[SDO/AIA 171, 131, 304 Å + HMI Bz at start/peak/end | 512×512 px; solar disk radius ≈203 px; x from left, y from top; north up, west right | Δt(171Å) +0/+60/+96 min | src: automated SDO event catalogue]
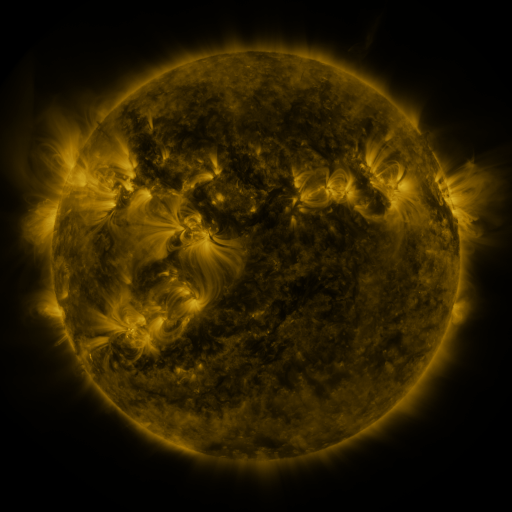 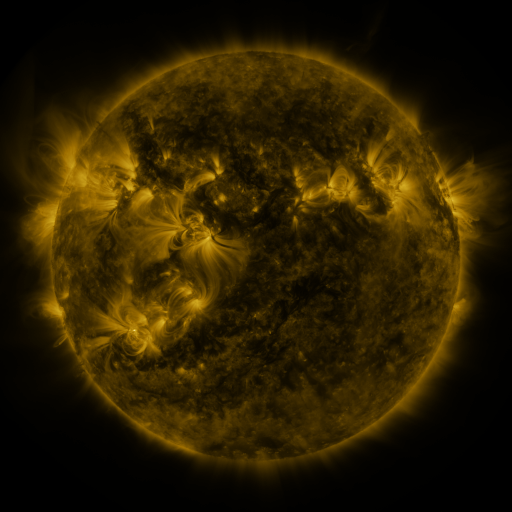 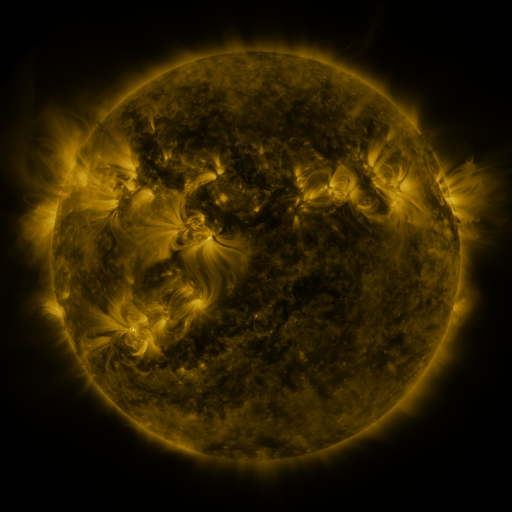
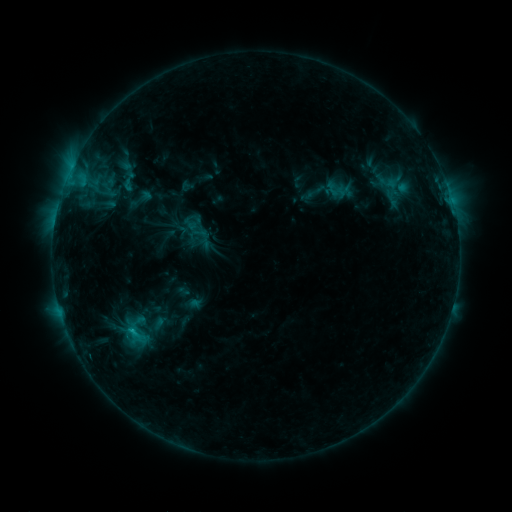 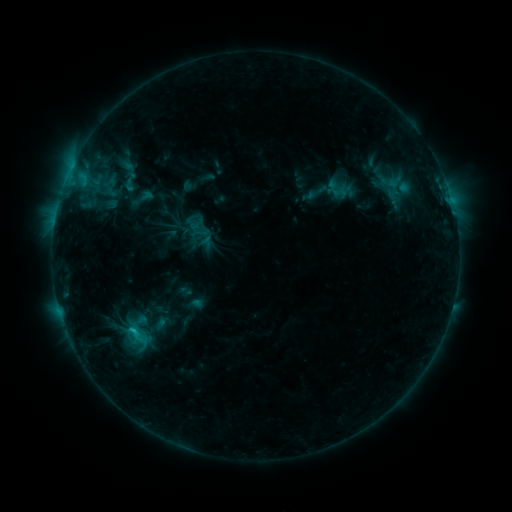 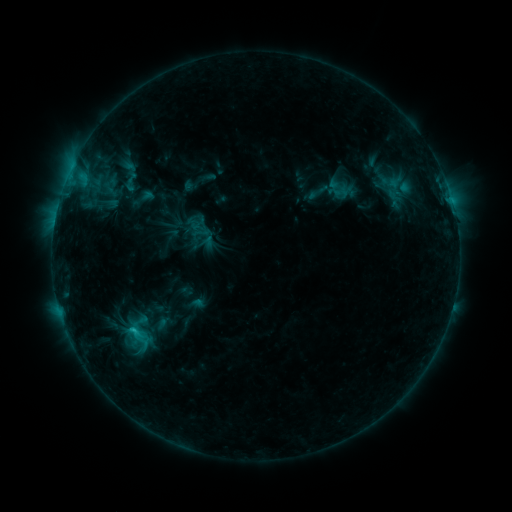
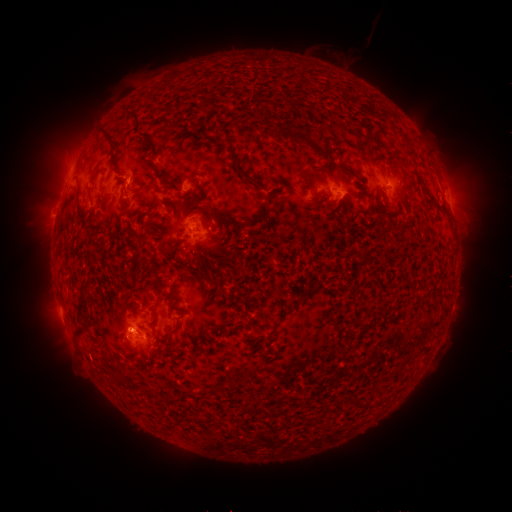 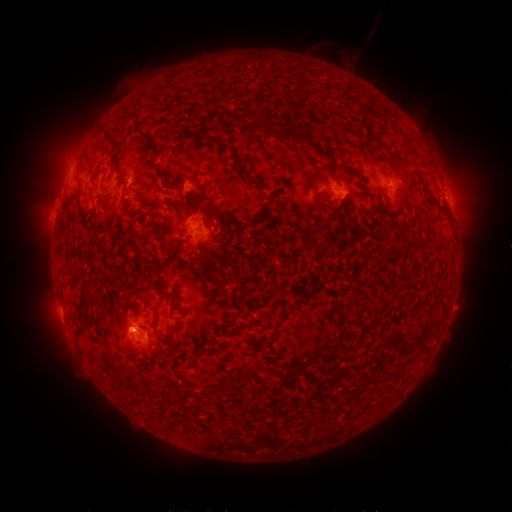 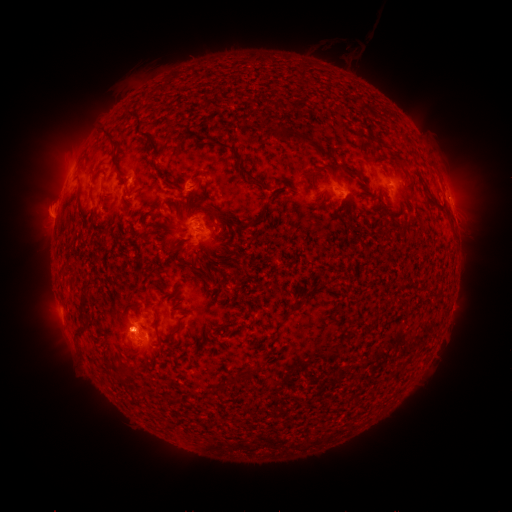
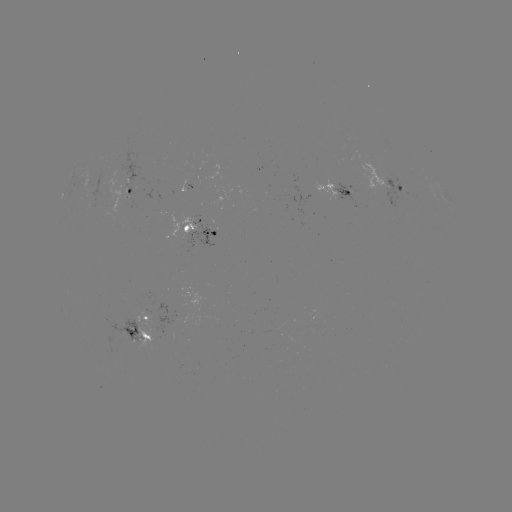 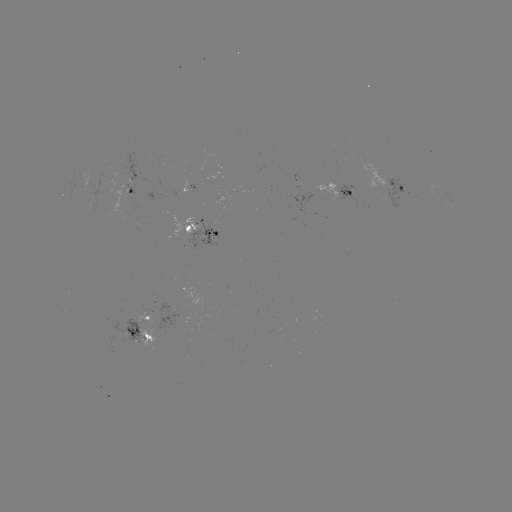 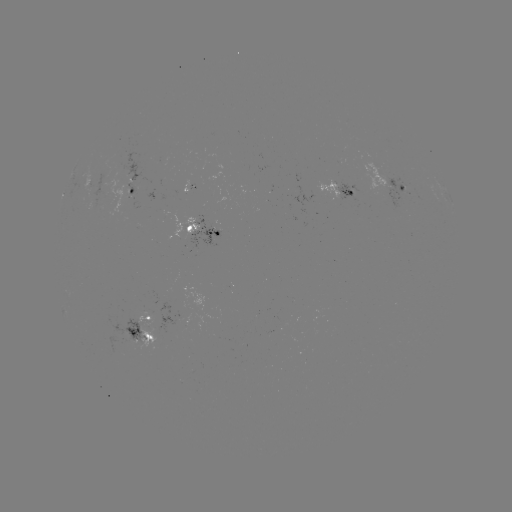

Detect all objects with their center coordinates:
emerging-flux region: (130, 184)
